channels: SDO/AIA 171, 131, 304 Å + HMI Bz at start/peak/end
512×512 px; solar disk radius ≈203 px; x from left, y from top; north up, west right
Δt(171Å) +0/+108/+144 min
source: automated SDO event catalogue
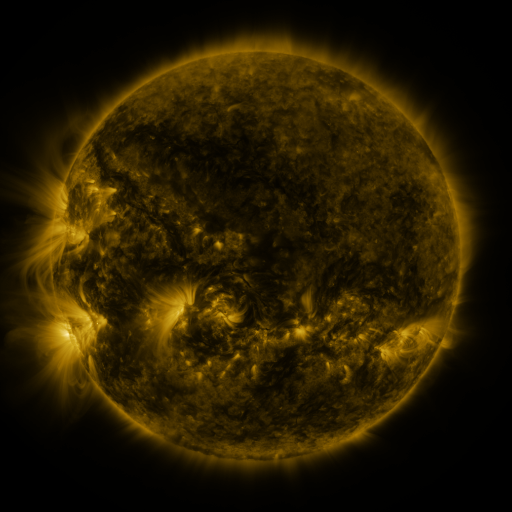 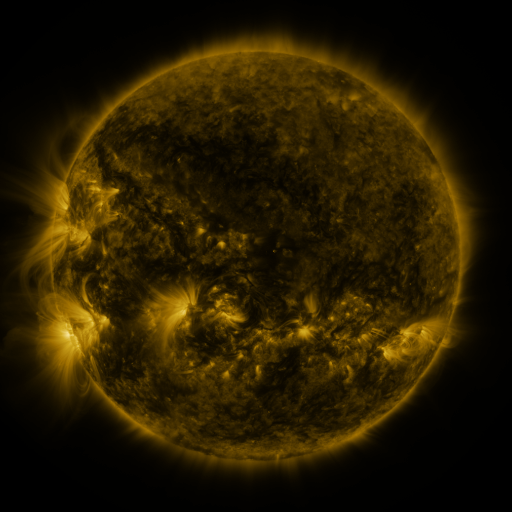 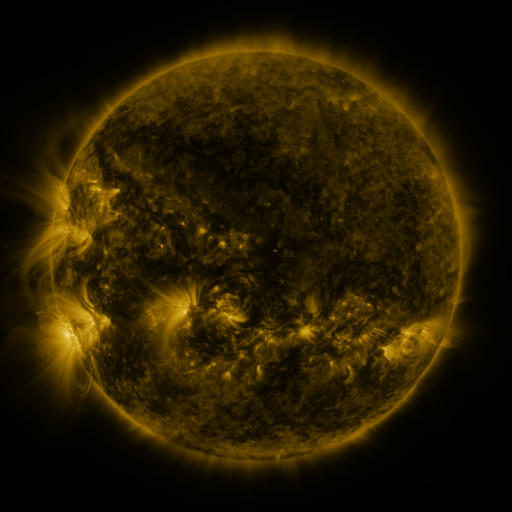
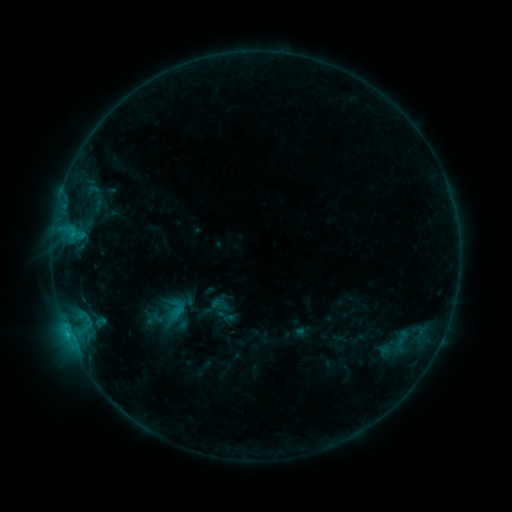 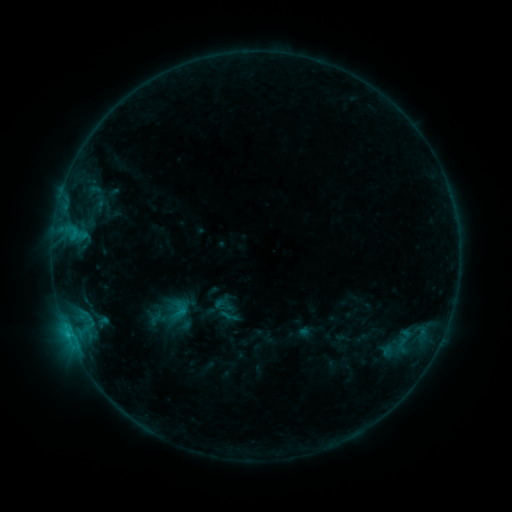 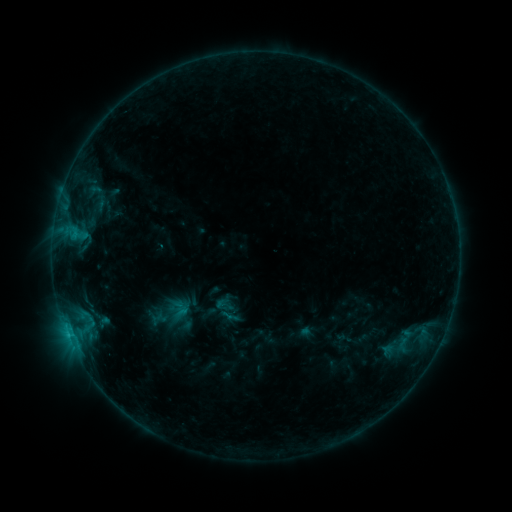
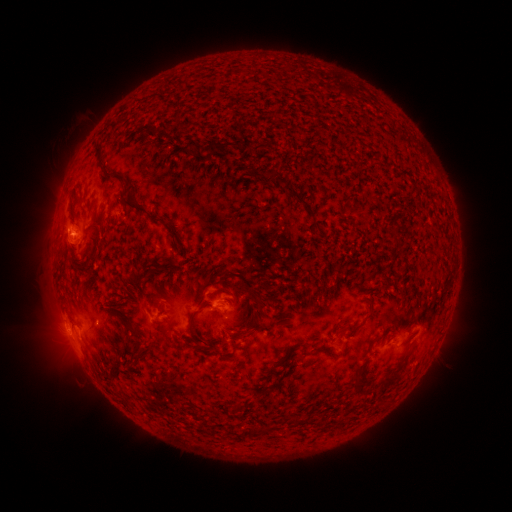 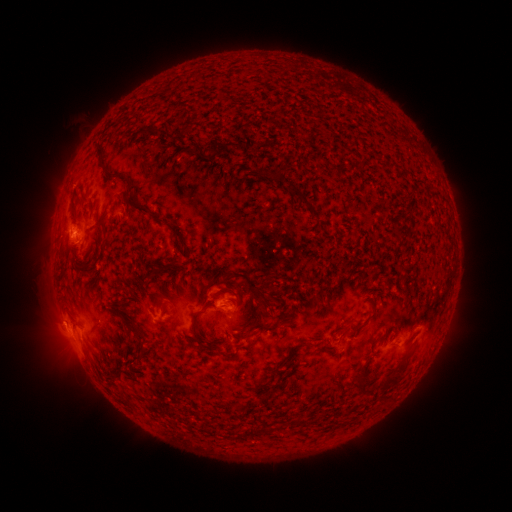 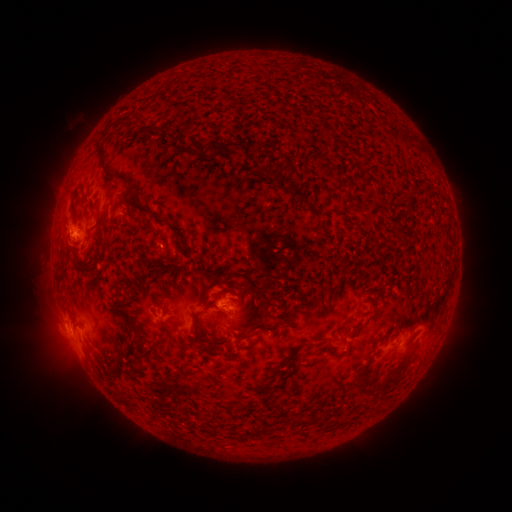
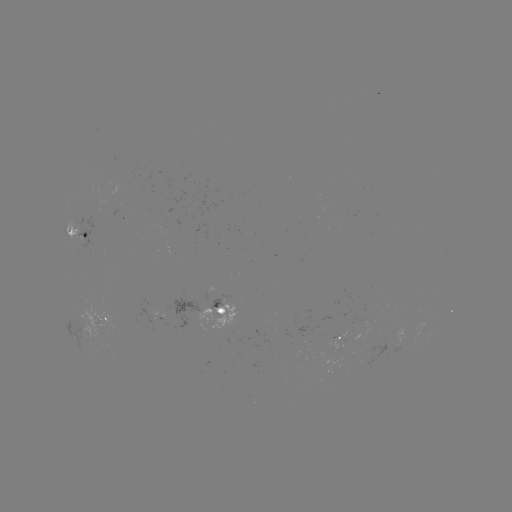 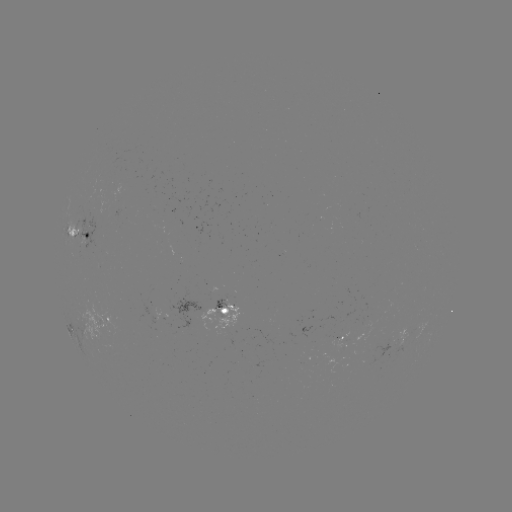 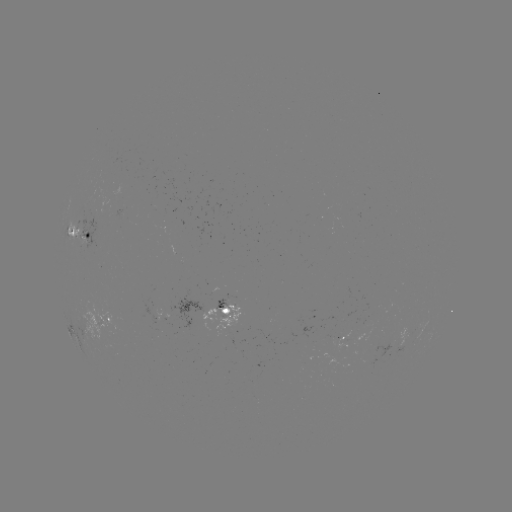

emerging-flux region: (197, 293, 239, 333)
